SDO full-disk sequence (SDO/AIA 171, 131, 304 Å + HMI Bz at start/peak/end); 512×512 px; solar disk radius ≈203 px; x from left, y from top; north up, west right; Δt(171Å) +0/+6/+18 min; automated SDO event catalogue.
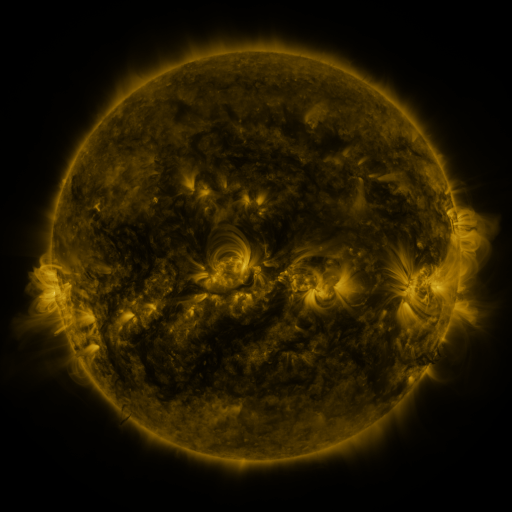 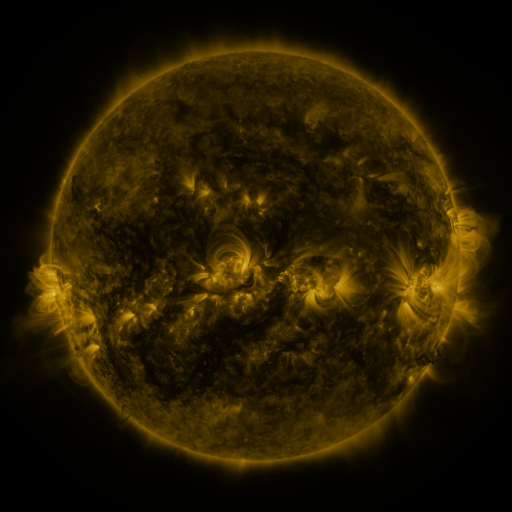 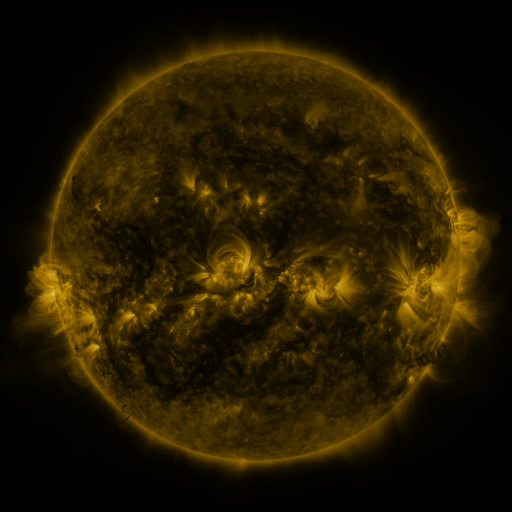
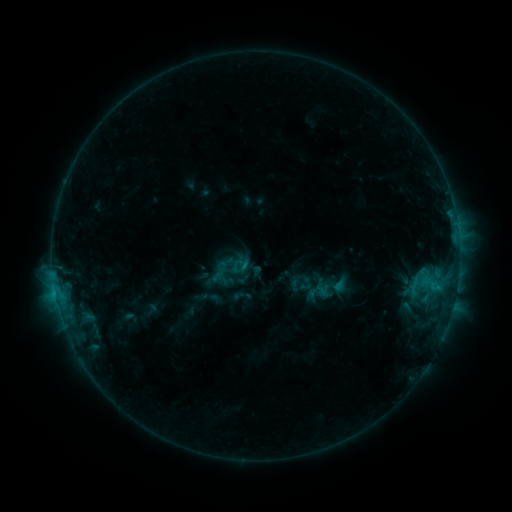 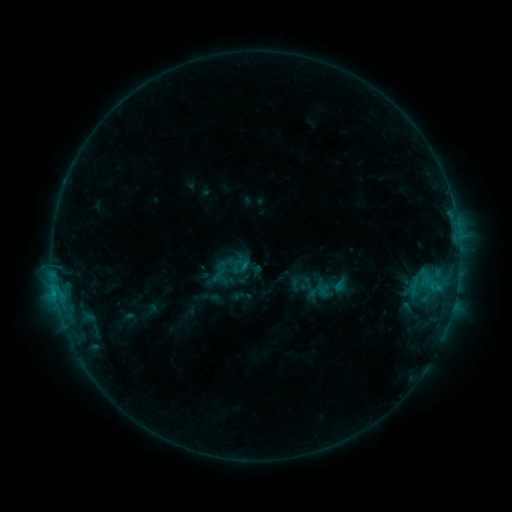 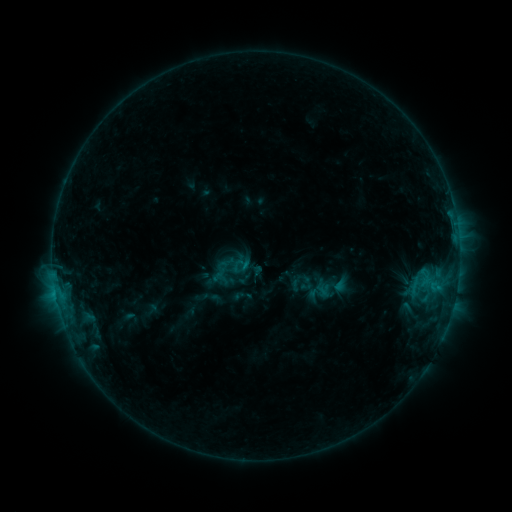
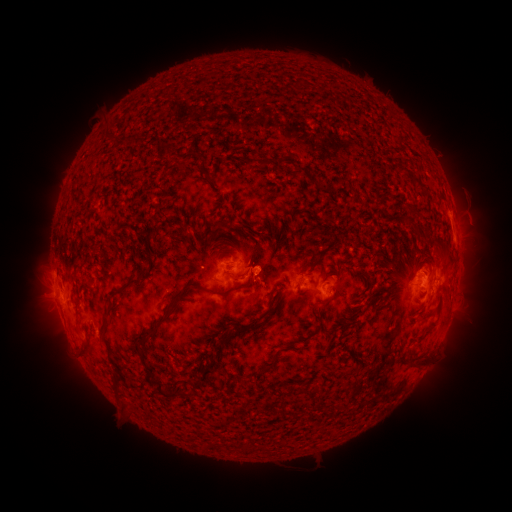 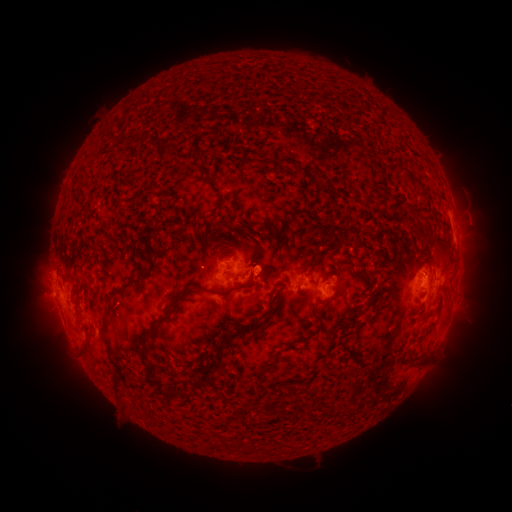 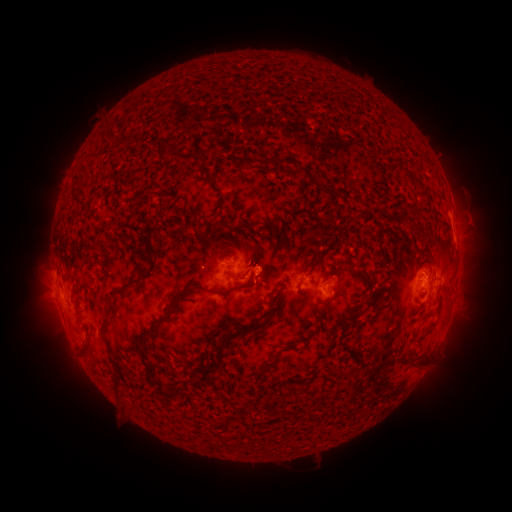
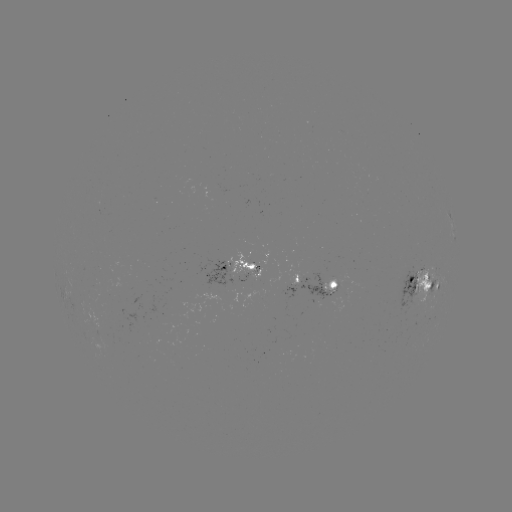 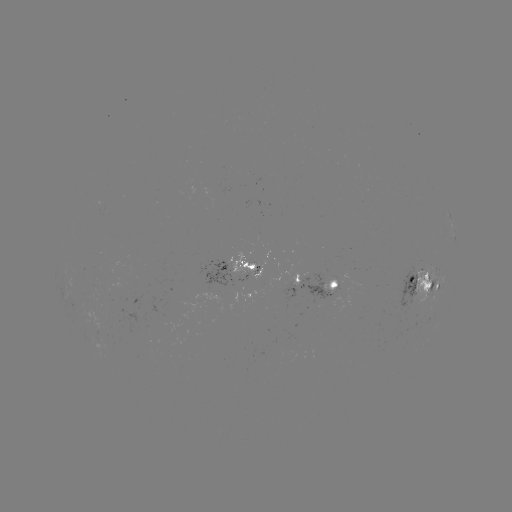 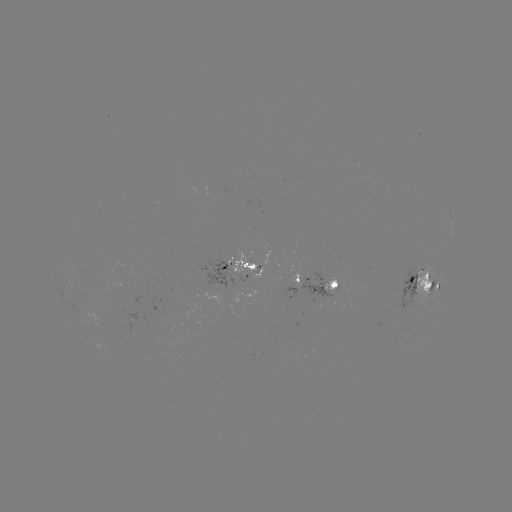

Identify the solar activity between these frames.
no flare in any classed list; no EUV-trigger detection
